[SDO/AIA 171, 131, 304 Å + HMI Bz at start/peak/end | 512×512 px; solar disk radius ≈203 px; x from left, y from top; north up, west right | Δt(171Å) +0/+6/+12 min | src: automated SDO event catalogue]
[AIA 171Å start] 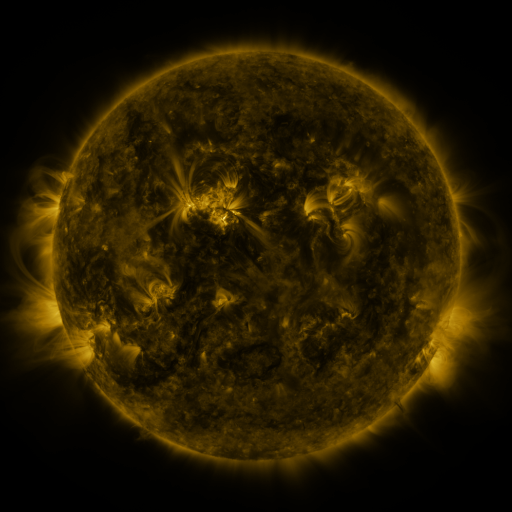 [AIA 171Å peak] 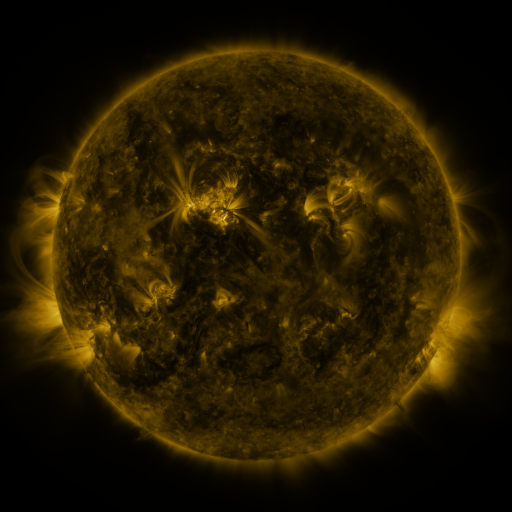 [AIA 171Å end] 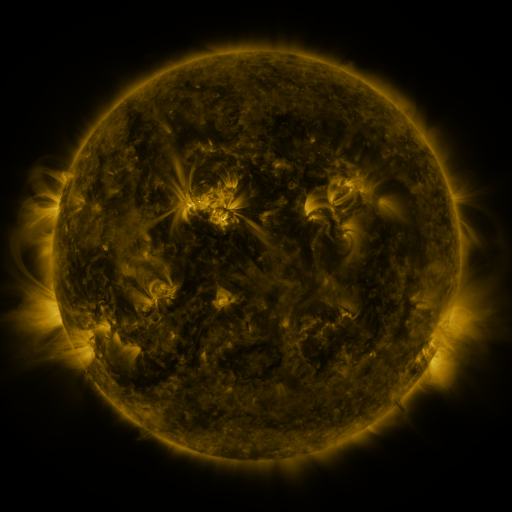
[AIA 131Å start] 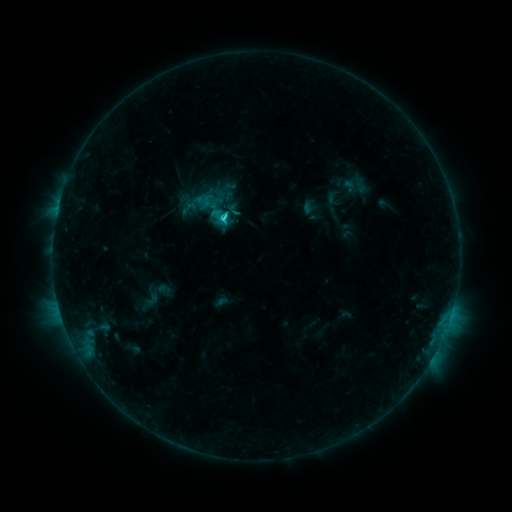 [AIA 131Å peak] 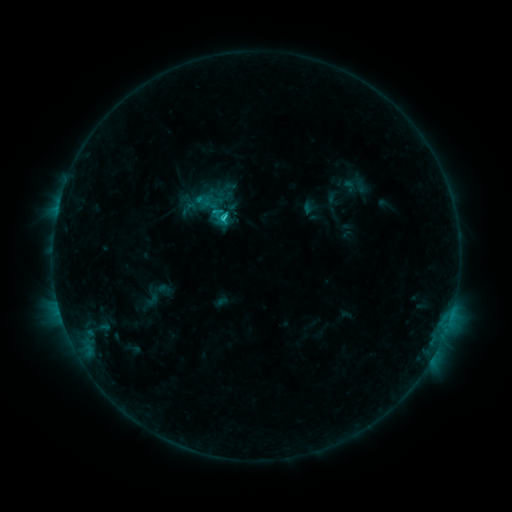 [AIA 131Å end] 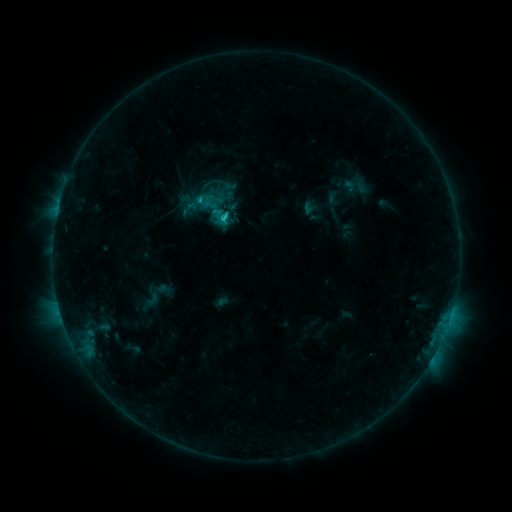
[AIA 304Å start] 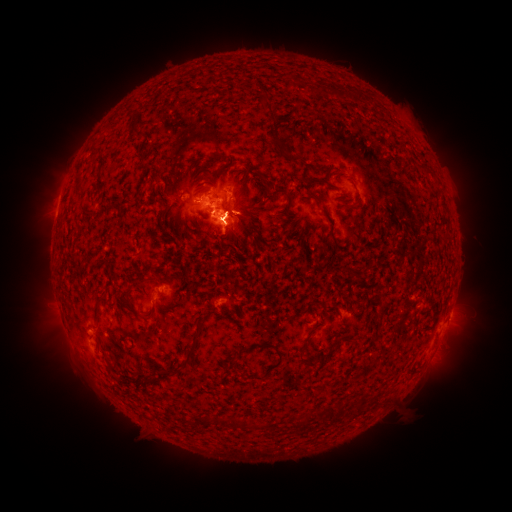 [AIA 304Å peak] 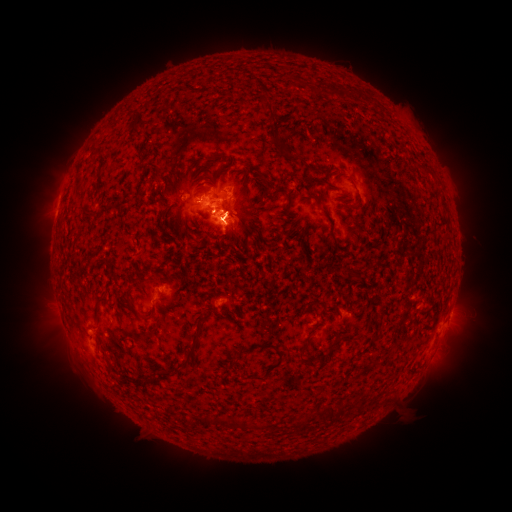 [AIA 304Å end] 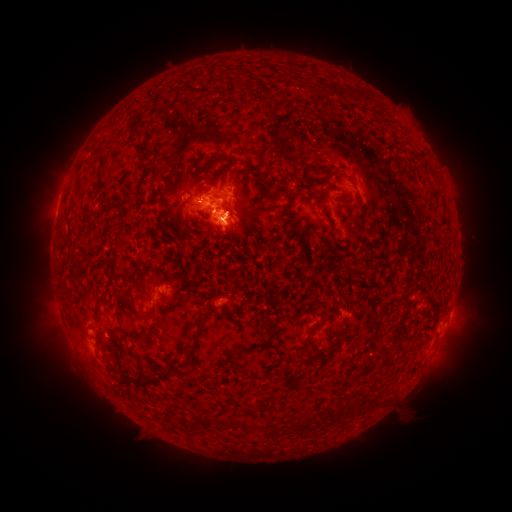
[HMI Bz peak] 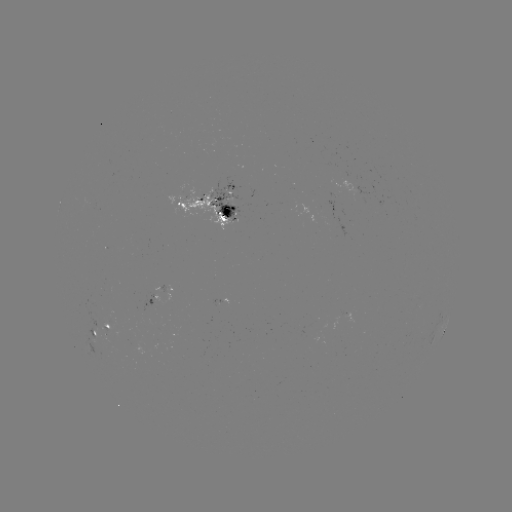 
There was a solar eruption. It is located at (69, 350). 